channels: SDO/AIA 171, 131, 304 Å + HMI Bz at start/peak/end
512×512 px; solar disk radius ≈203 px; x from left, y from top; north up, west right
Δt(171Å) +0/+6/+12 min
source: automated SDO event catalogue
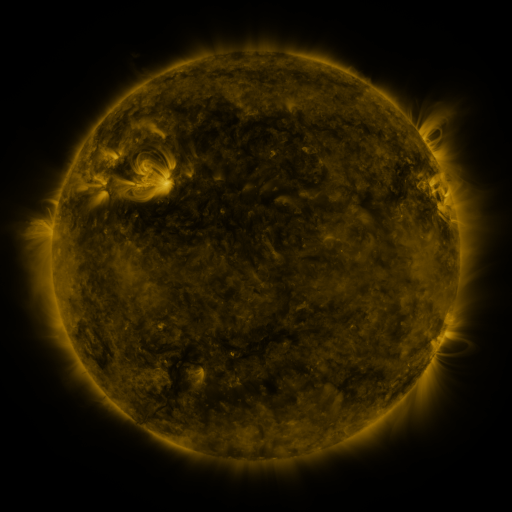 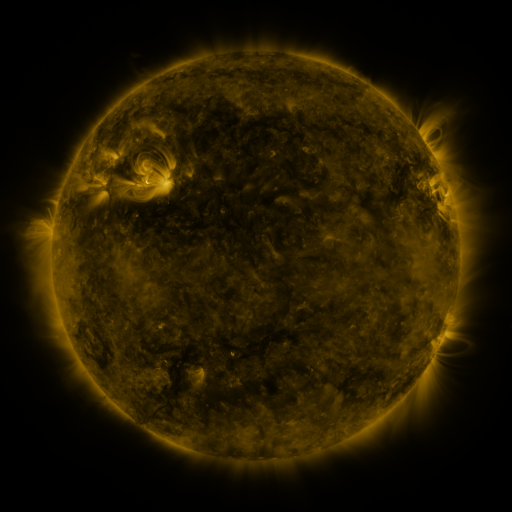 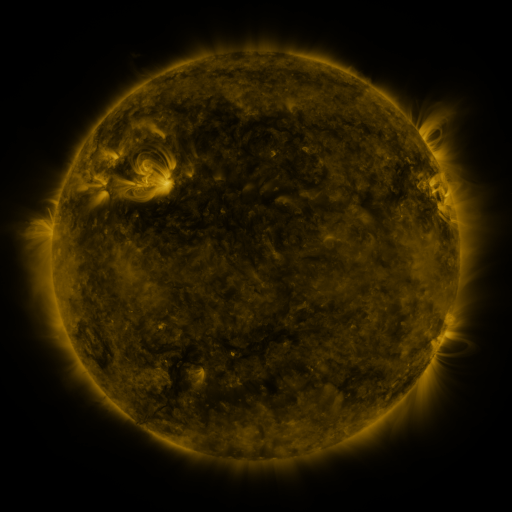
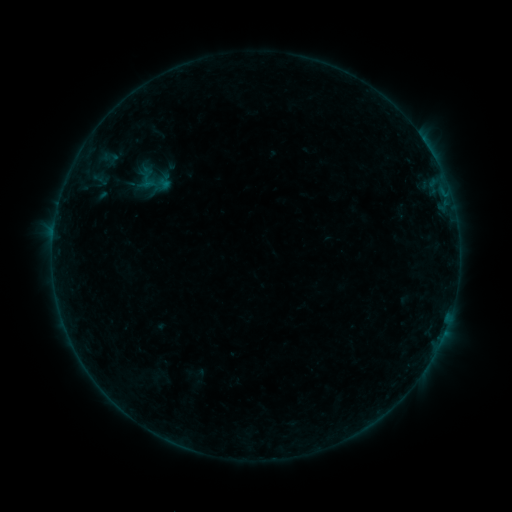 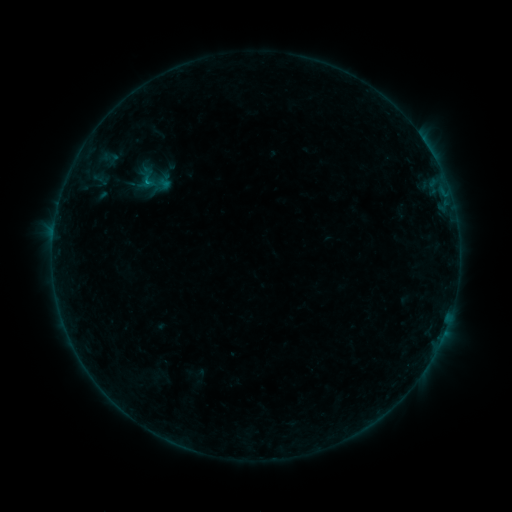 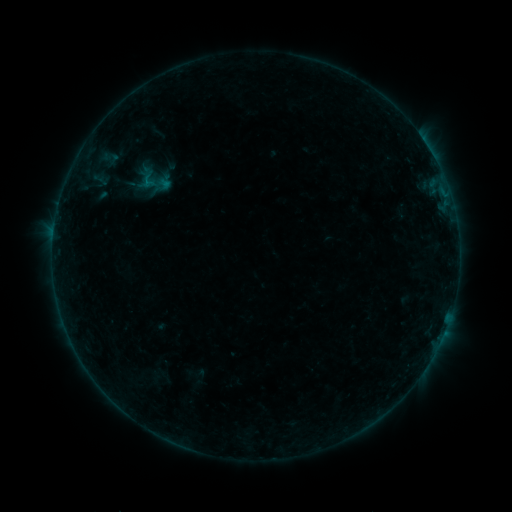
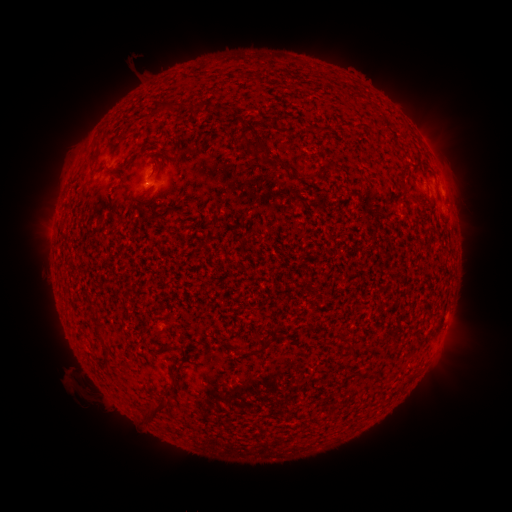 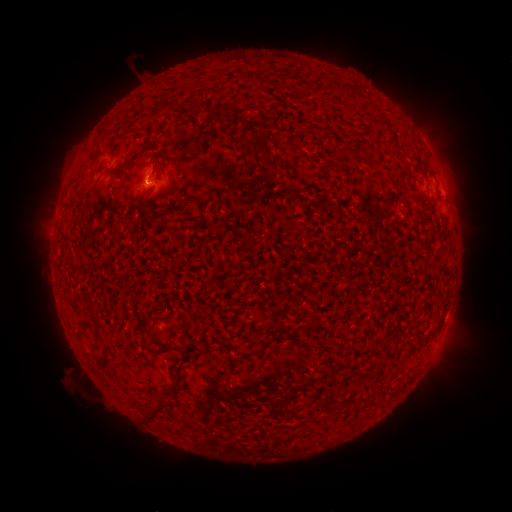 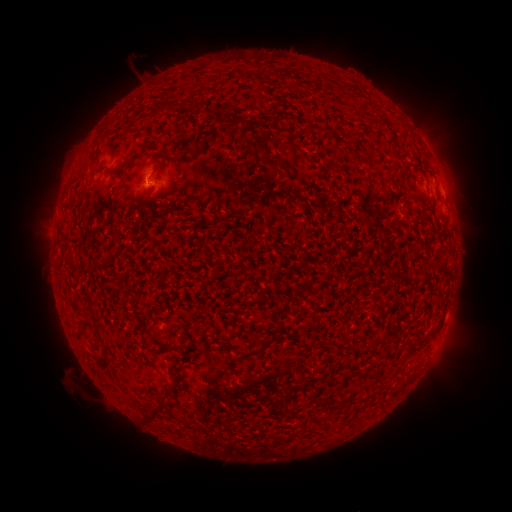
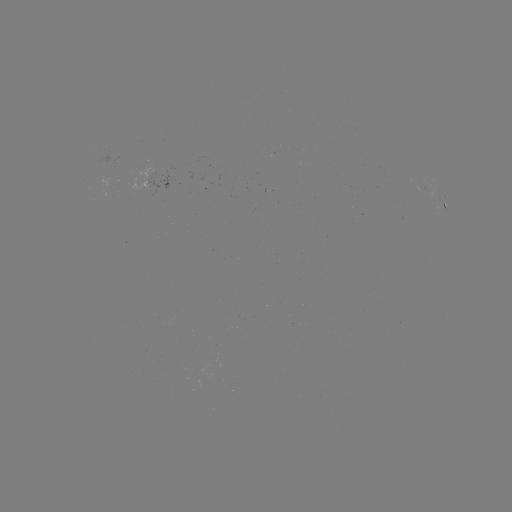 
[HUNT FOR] B1.6 flare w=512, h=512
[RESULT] (148, 183)